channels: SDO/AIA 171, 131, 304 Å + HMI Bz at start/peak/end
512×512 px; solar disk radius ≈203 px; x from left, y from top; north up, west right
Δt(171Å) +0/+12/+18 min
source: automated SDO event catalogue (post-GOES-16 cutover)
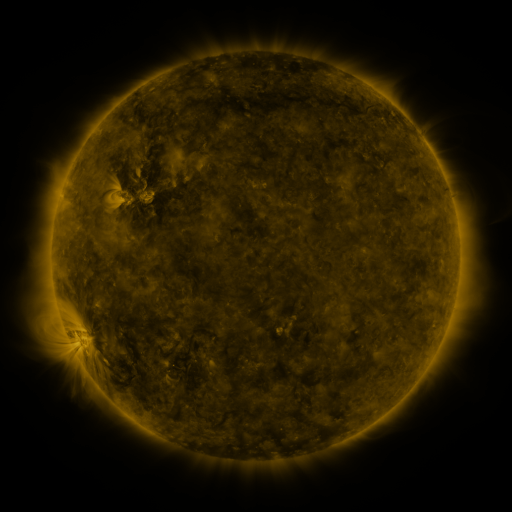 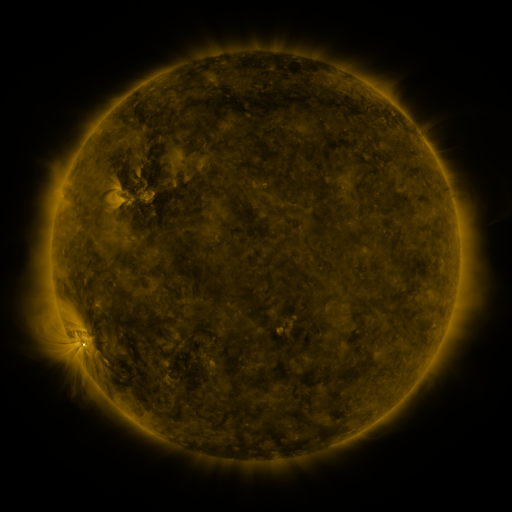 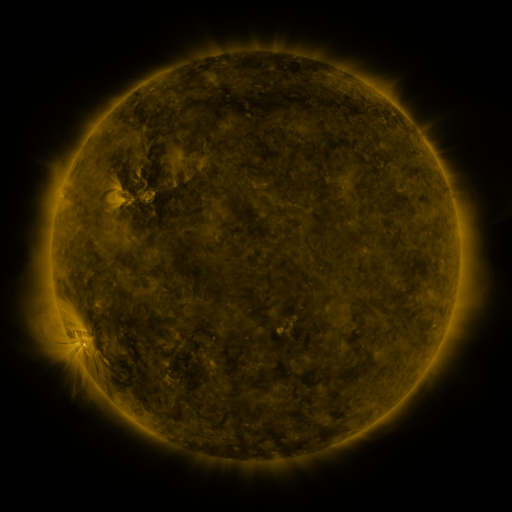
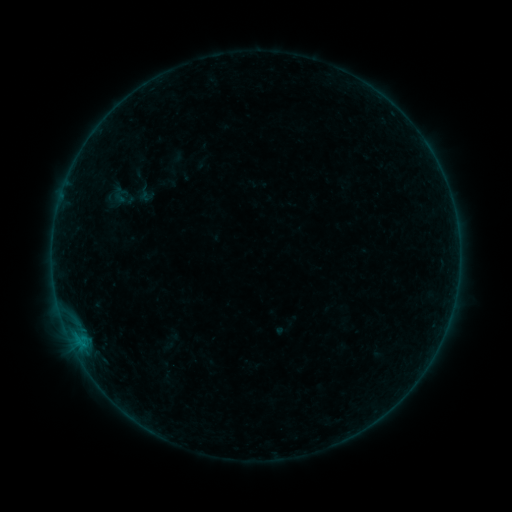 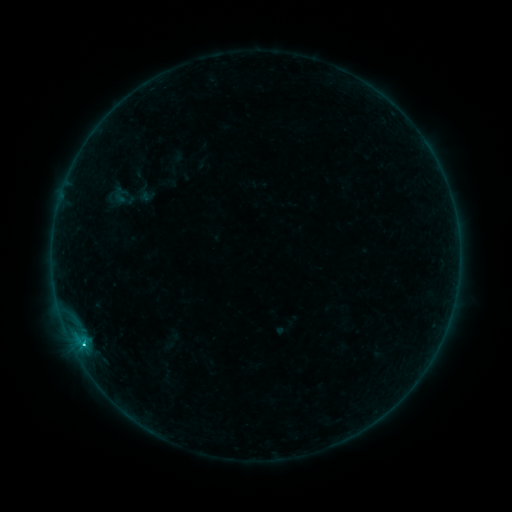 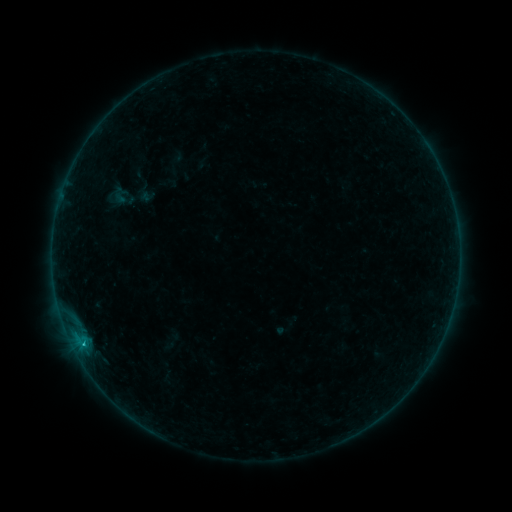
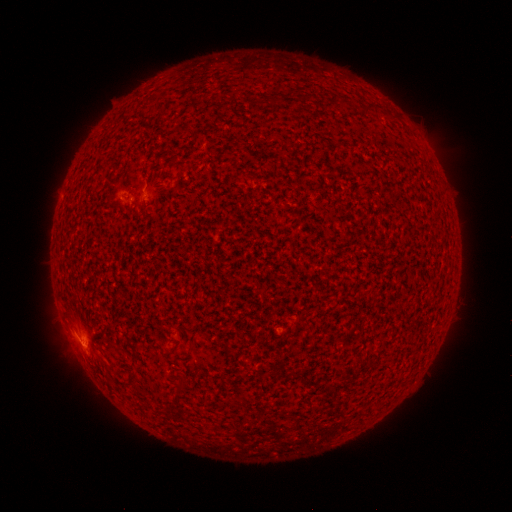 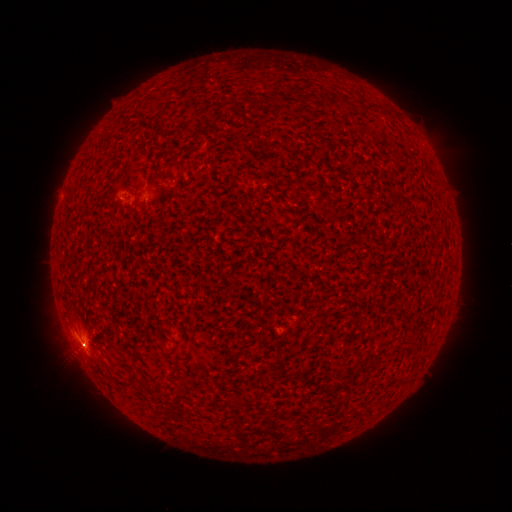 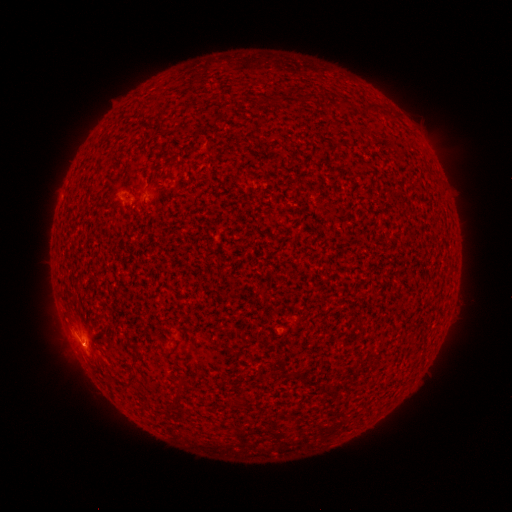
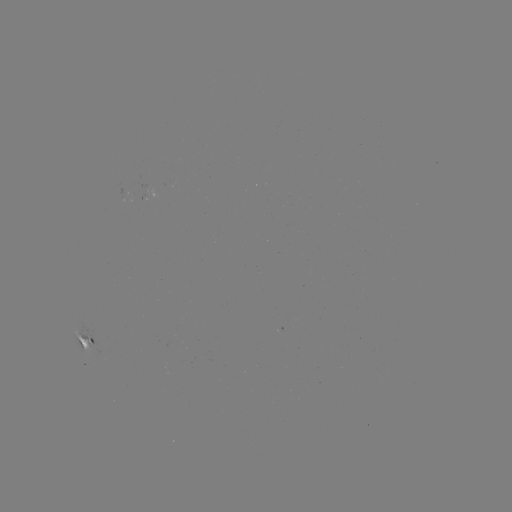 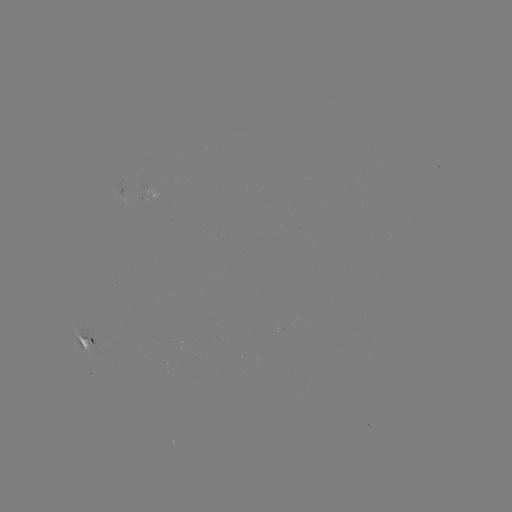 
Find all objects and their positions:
C1.1 flare: (84, 343)
